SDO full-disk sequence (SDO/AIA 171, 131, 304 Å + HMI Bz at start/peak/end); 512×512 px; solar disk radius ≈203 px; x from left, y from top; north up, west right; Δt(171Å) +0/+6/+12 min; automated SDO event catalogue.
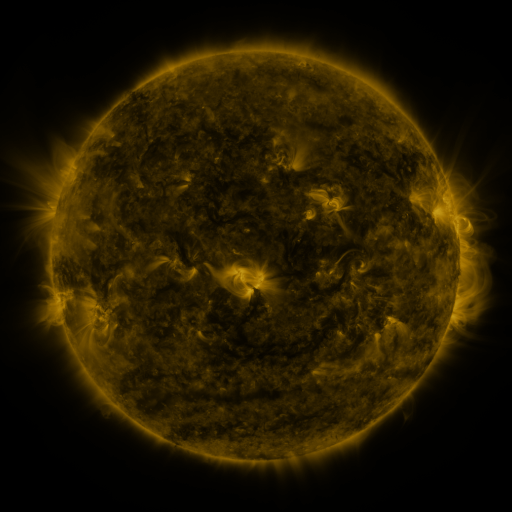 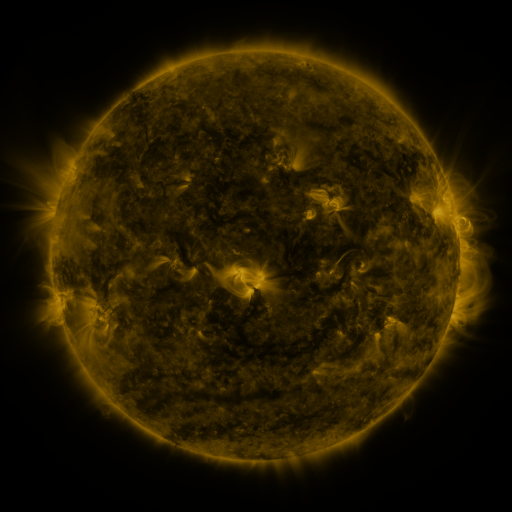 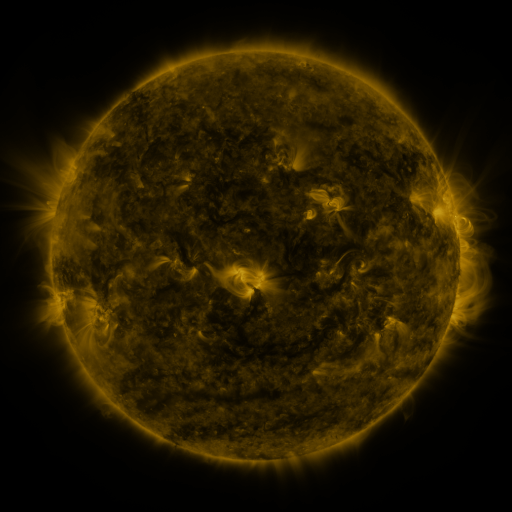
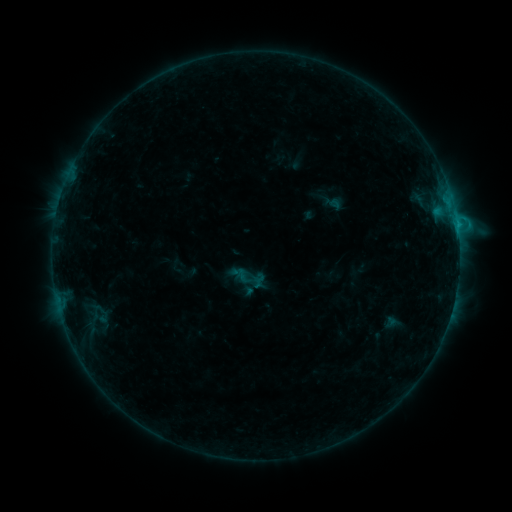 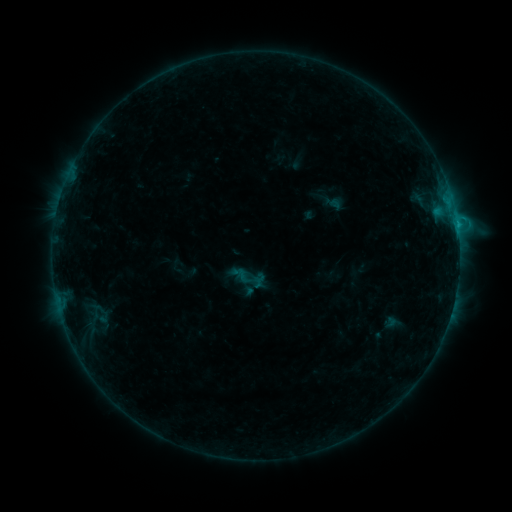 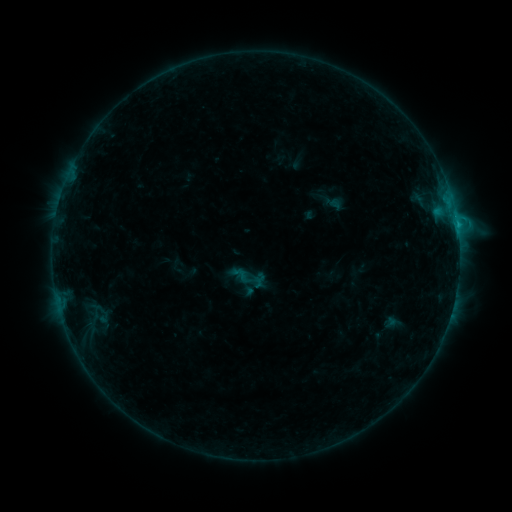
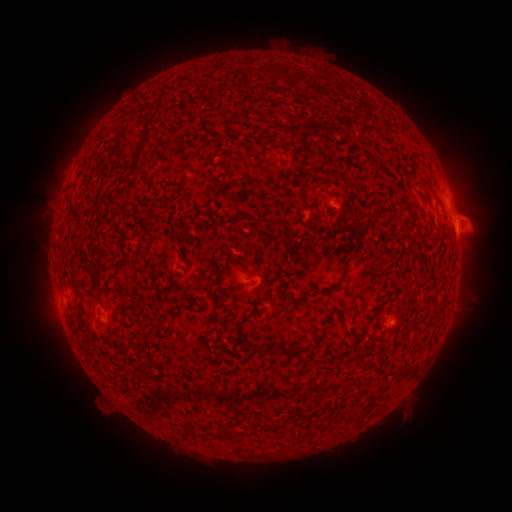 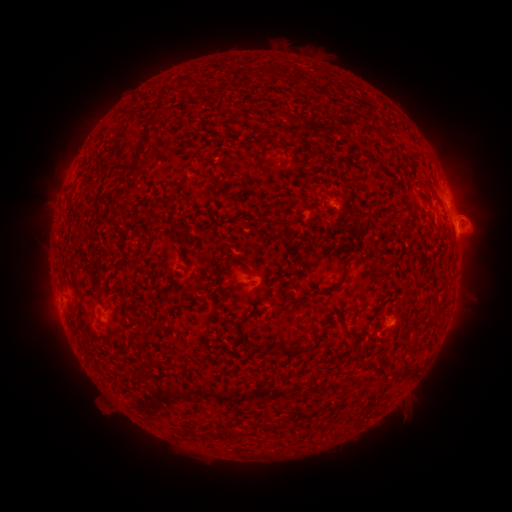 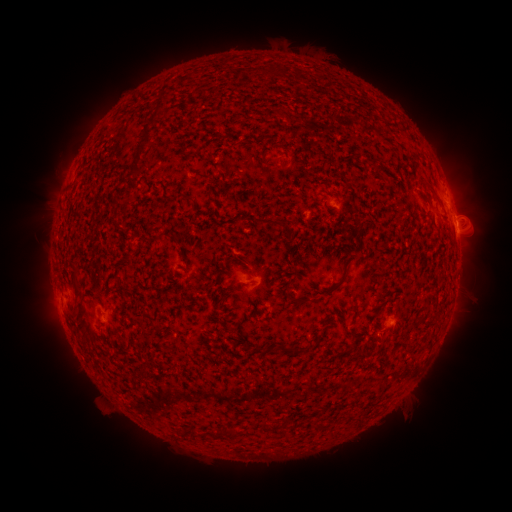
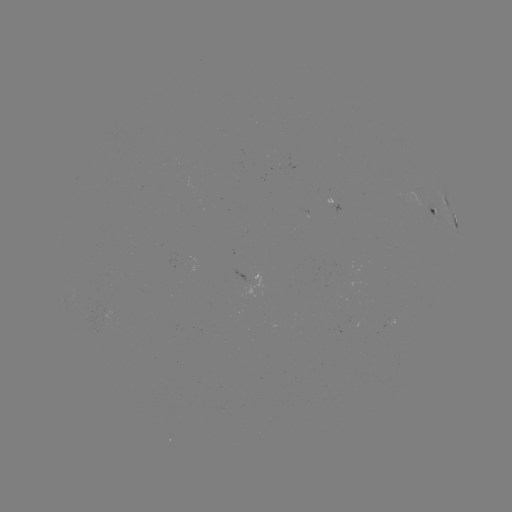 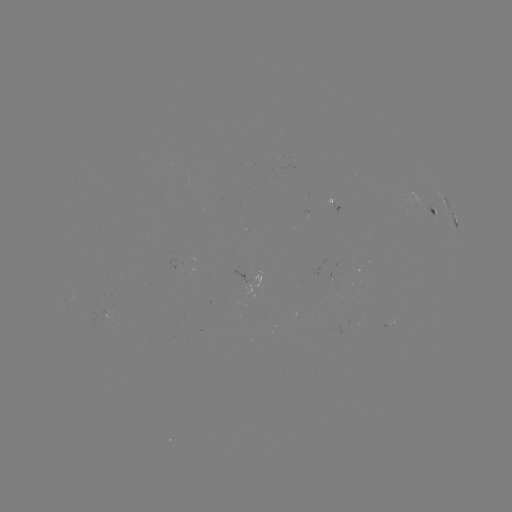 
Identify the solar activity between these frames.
C1.1 flare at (378, 334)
